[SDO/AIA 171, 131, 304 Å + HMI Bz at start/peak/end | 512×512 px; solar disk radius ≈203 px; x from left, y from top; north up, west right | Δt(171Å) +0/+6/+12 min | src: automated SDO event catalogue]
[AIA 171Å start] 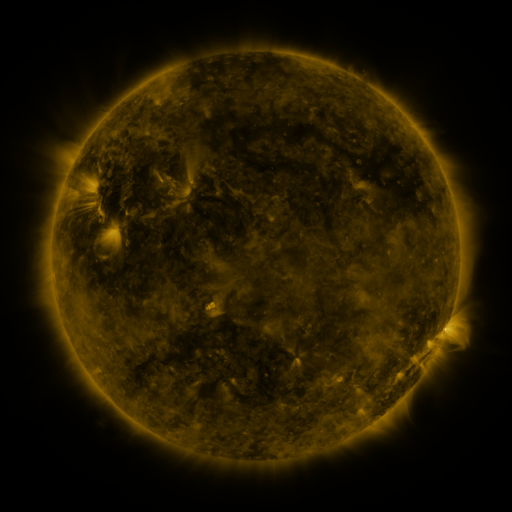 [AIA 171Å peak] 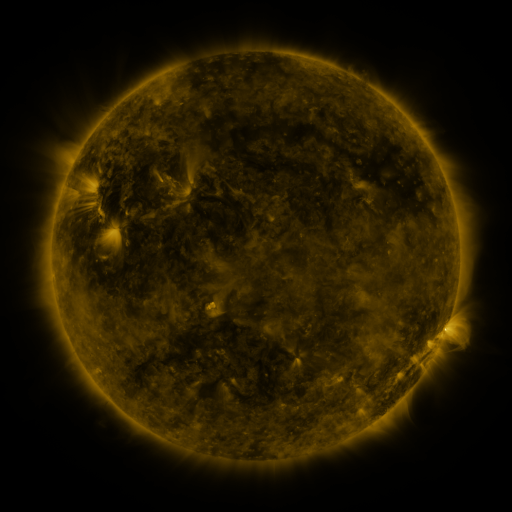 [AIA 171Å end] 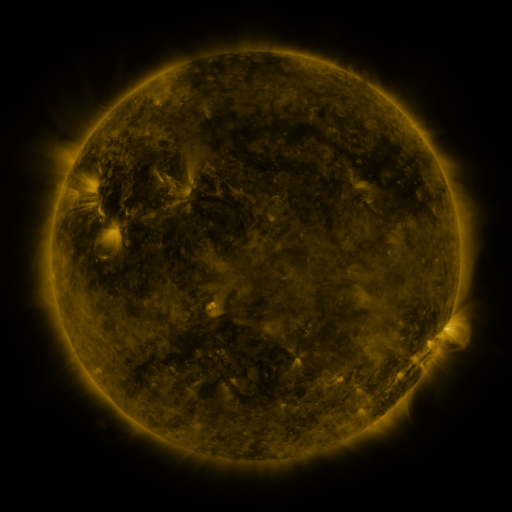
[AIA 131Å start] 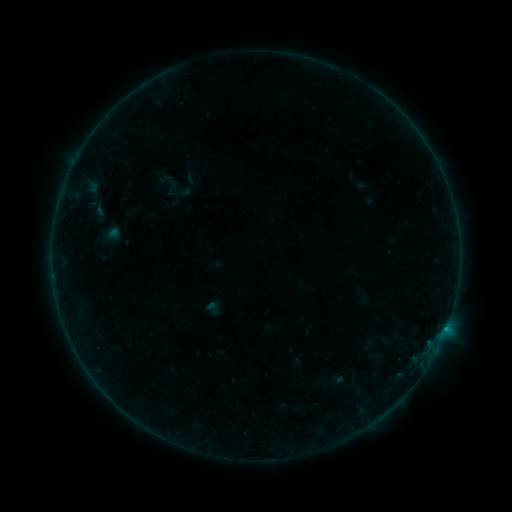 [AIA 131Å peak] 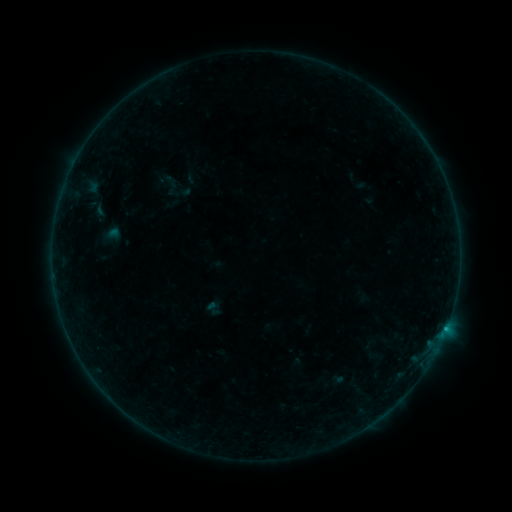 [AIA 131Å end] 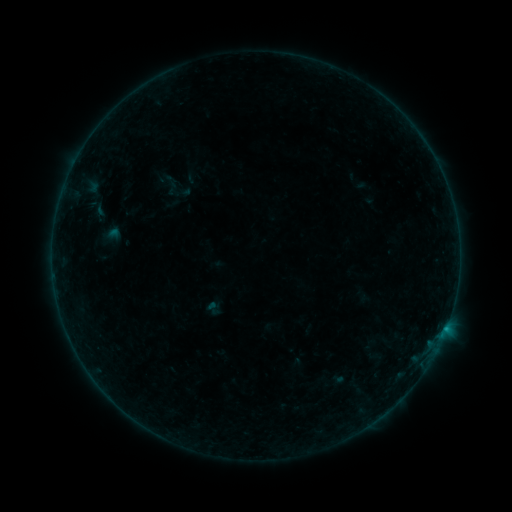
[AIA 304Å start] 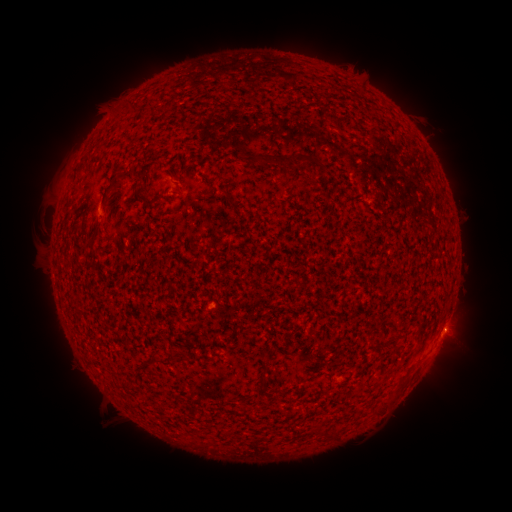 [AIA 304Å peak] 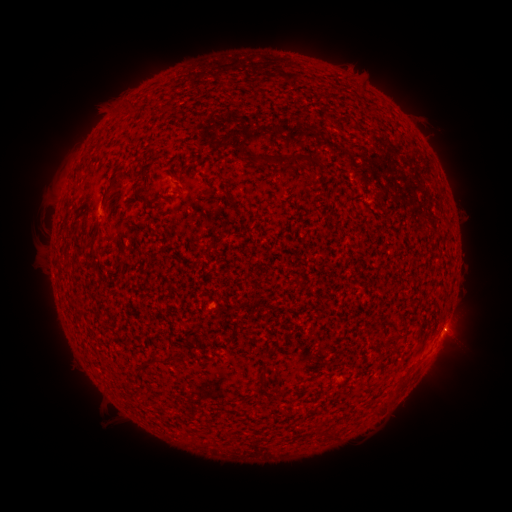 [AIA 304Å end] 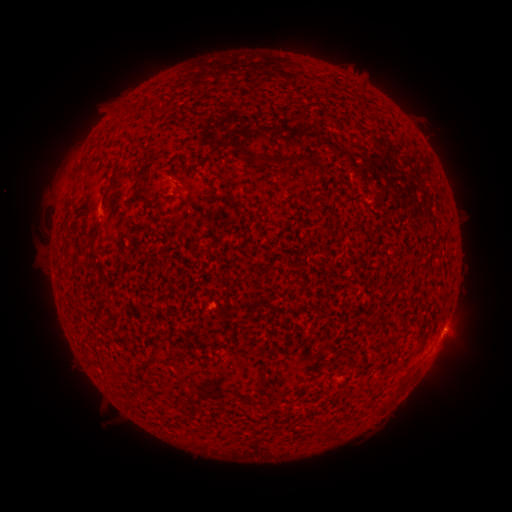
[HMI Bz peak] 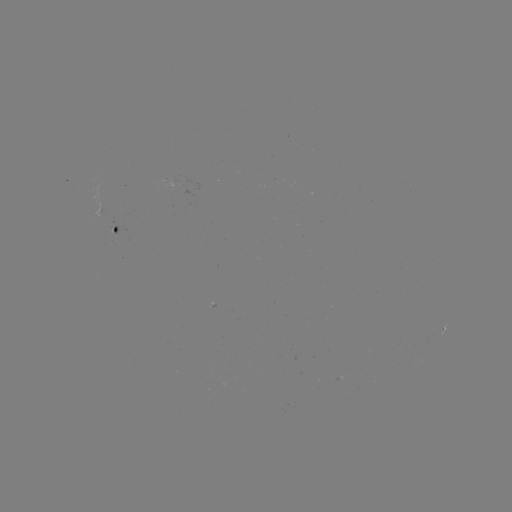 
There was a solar flare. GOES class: B2.2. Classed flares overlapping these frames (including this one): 1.